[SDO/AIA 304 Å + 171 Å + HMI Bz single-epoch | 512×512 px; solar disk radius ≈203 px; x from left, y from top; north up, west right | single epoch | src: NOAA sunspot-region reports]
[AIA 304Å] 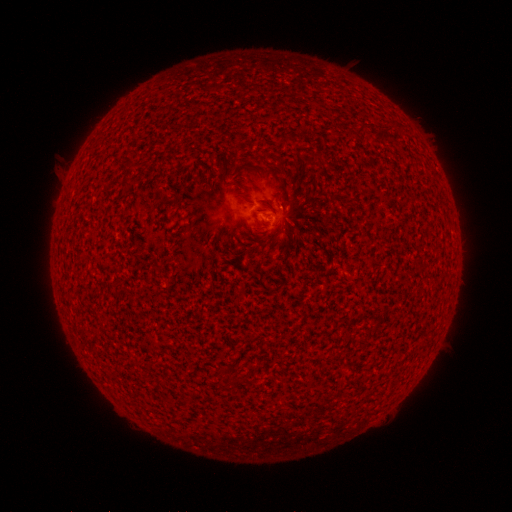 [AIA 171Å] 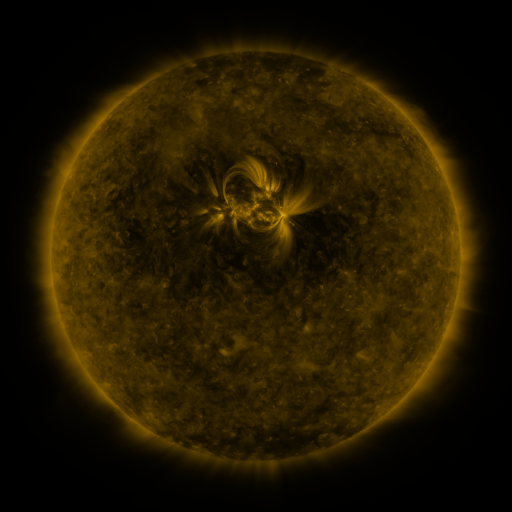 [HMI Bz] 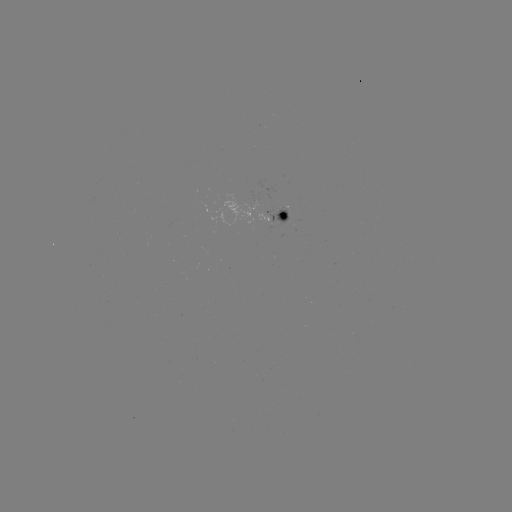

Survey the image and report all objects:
spotted active region: (277, 214)
